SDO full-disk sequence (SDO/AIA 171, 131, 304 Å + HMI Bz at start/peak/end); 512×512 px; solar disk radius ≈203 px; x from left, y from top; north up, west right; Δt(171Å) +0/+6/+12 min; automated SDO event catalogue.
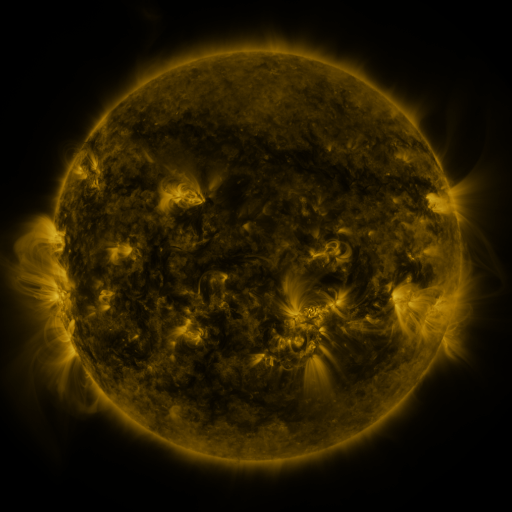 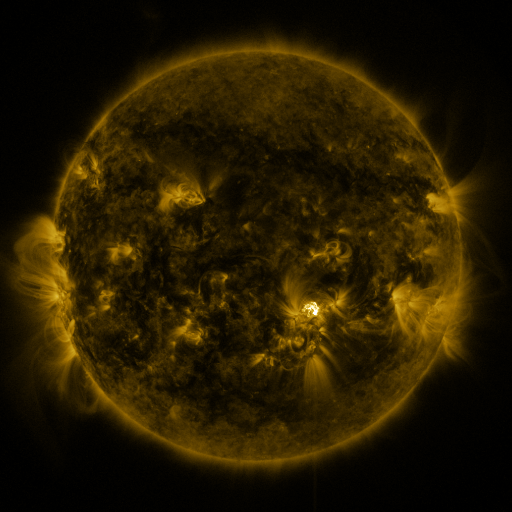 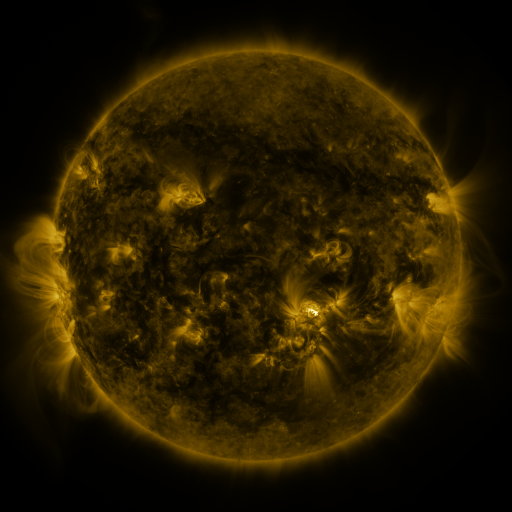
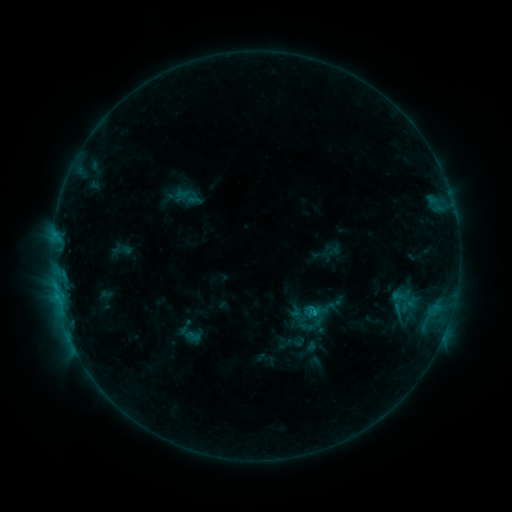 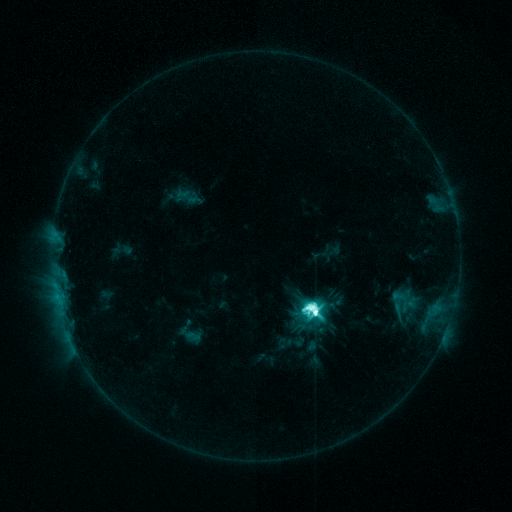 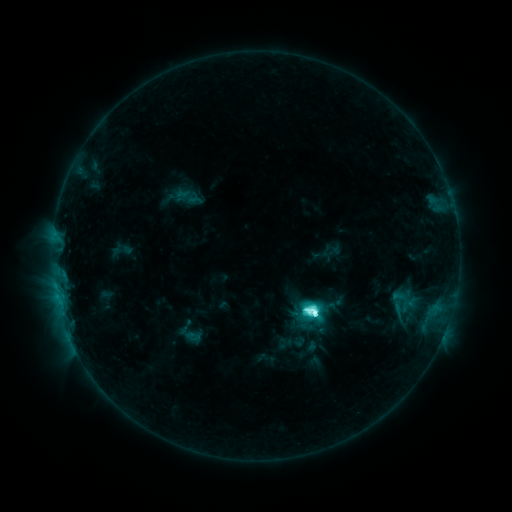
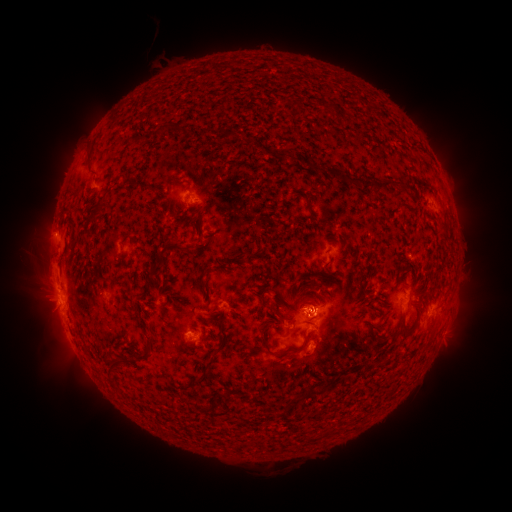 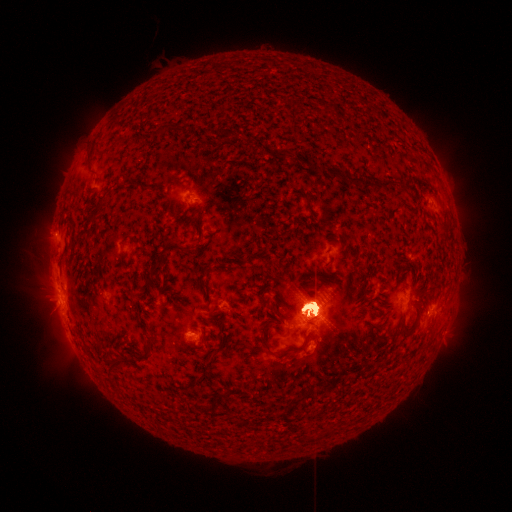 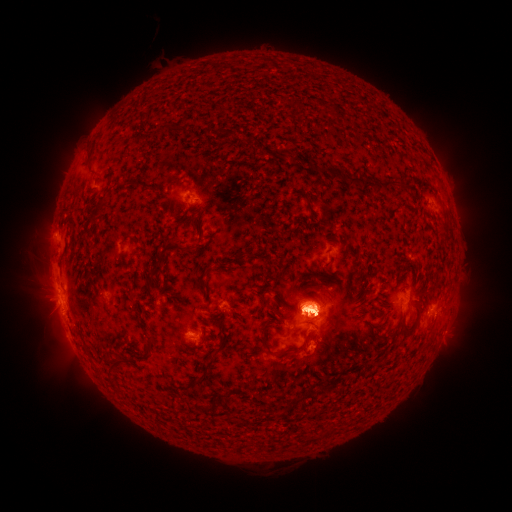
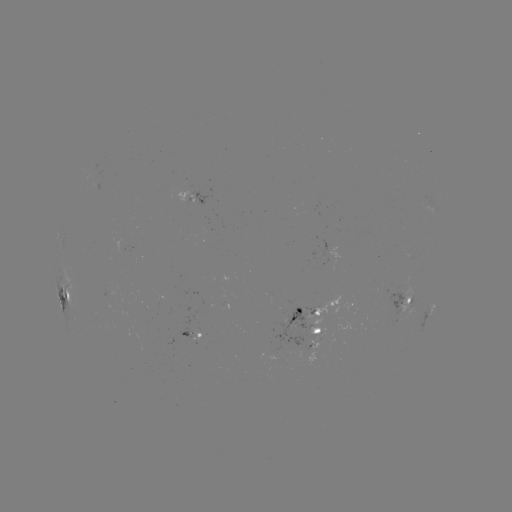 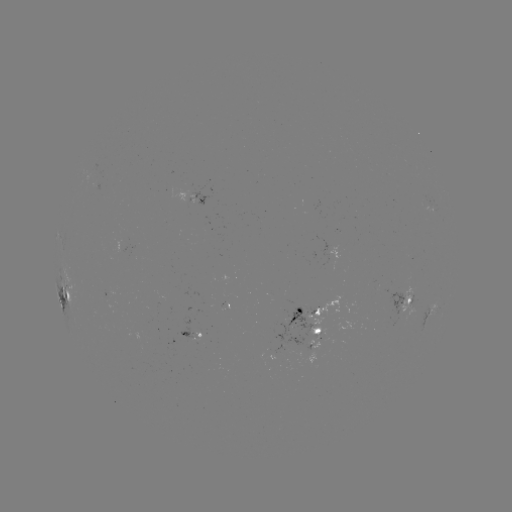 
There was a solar flare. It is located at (314, 312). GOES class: M5.0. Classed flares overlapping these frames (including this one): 1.